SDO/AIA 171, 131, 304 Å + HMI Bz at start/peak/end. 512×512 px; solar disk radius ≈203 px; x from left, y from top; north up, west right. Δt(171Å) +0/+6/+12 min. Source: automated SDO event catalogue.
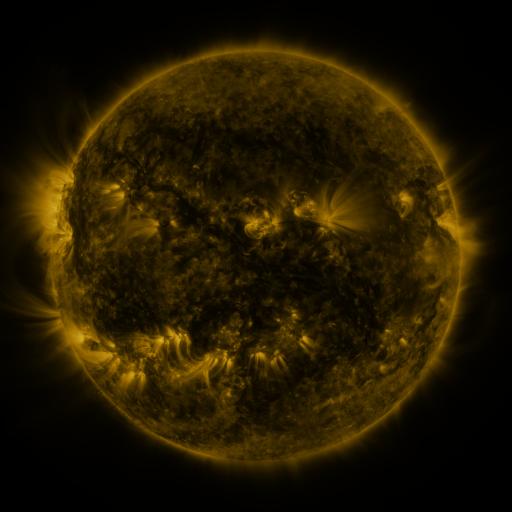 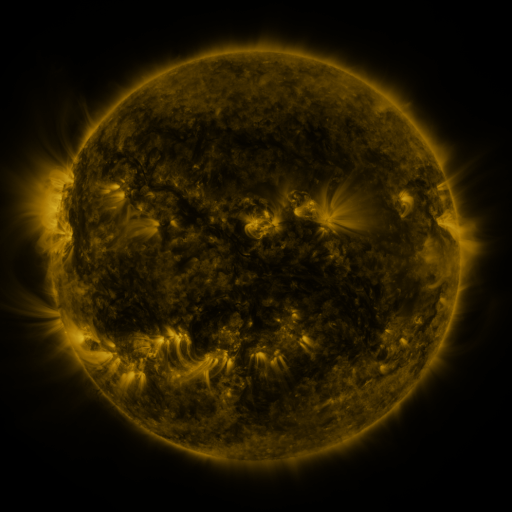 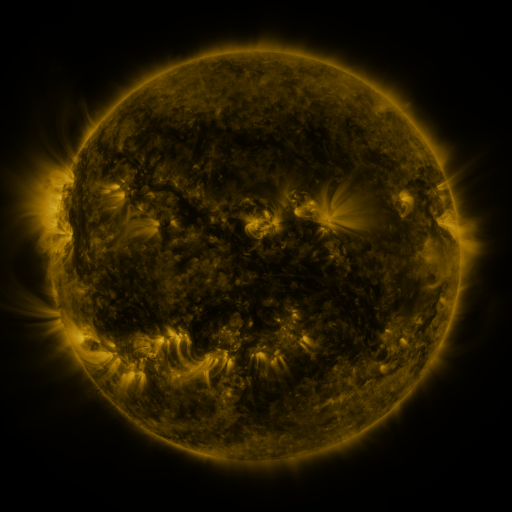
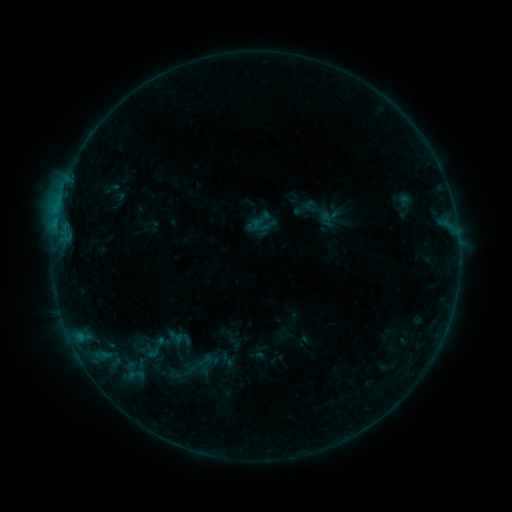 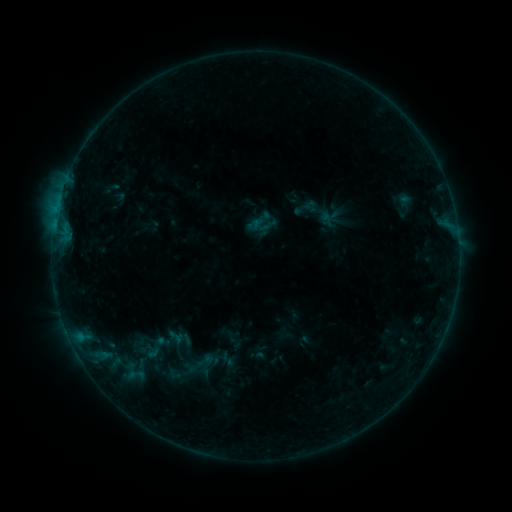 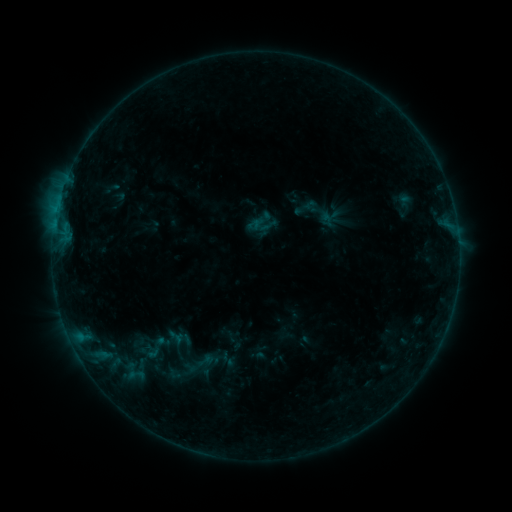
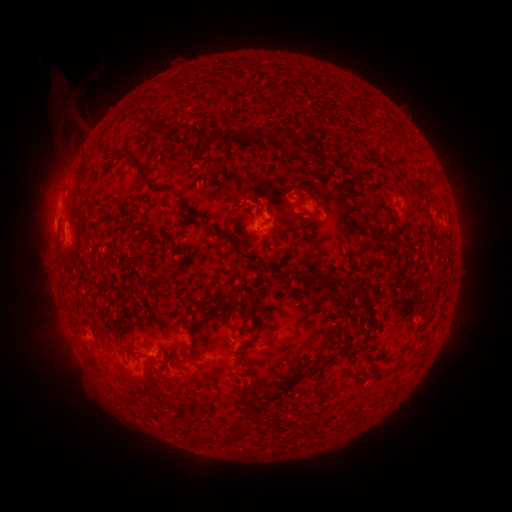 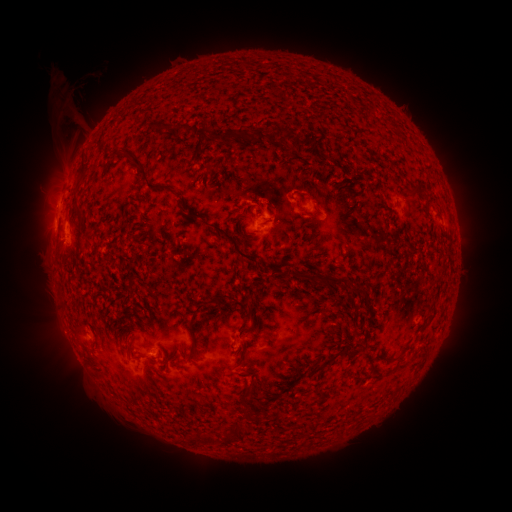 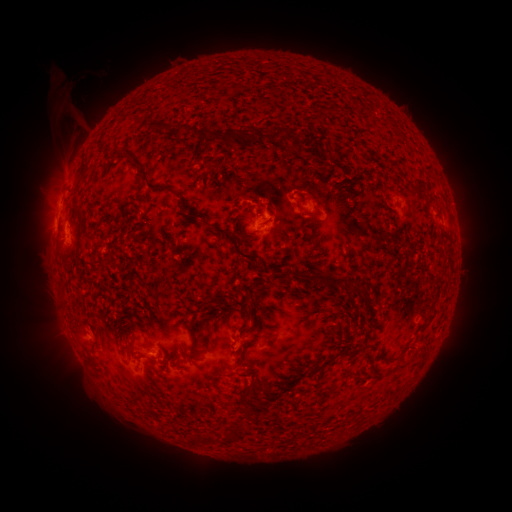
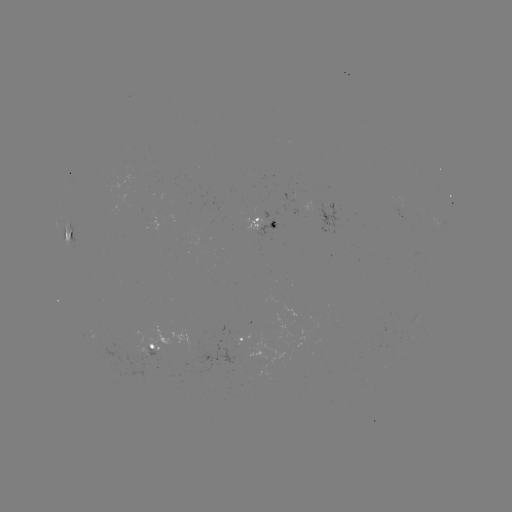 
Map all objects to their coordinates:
eruption: (57, 333)
